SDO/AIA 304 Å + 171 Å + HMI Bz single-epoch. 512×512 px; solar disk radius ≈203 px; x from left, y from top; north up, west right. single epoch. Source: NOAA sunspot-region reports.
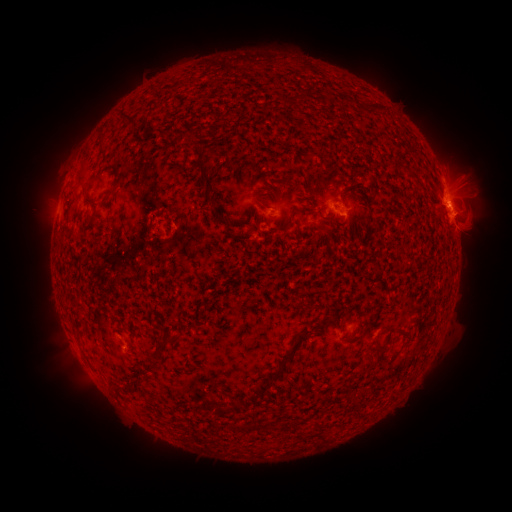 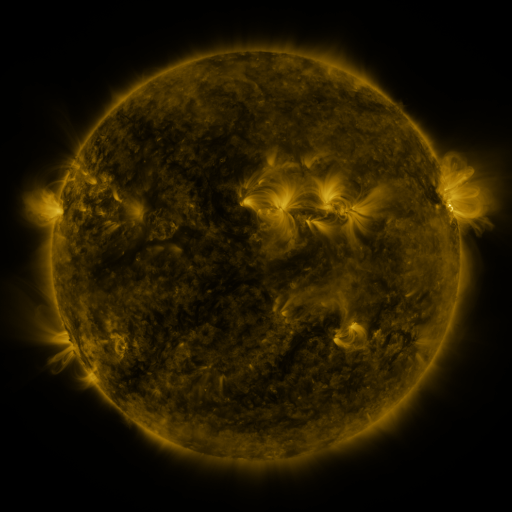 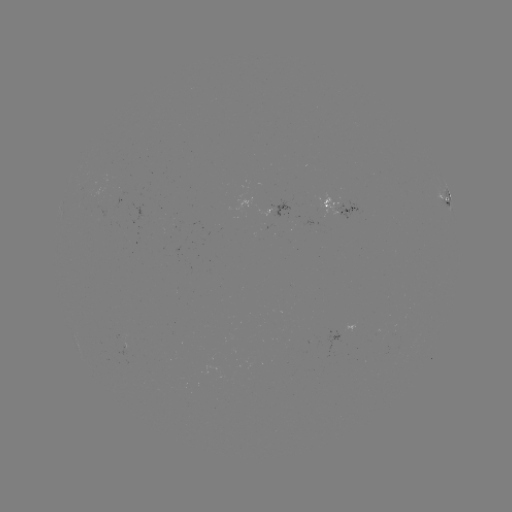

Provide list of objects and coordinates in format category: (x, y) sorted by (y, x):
spotted active region: (448, 200)
spotted active region: (340, 209)
spotted active region: (354, 327)
